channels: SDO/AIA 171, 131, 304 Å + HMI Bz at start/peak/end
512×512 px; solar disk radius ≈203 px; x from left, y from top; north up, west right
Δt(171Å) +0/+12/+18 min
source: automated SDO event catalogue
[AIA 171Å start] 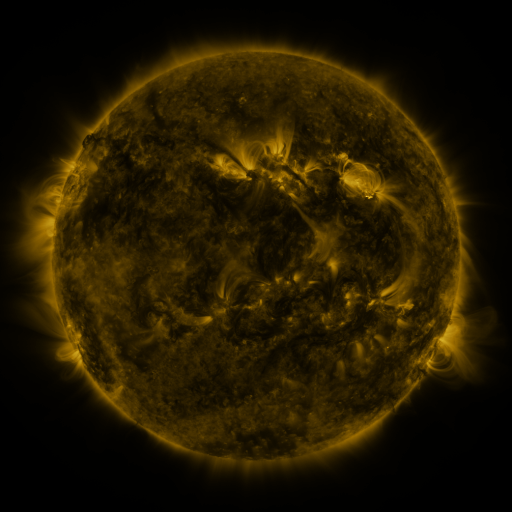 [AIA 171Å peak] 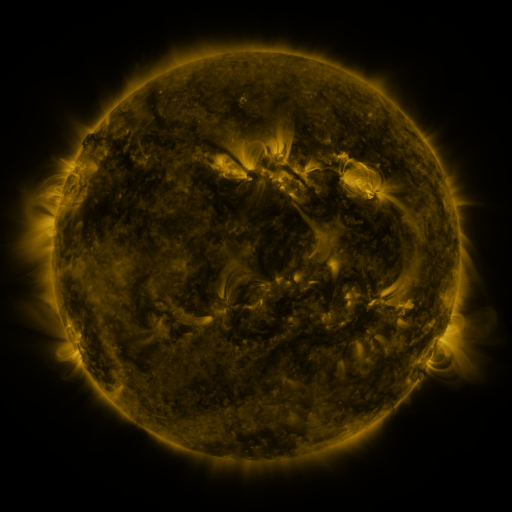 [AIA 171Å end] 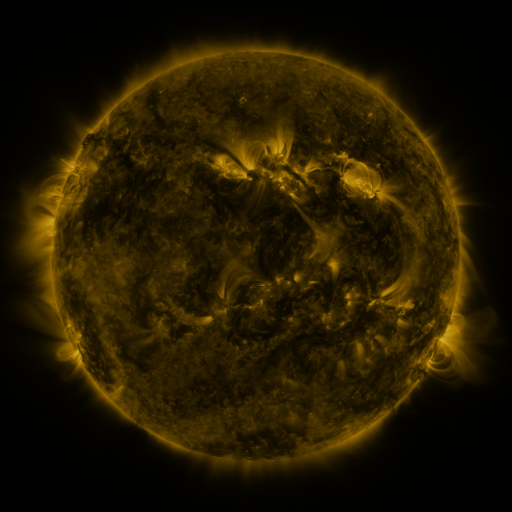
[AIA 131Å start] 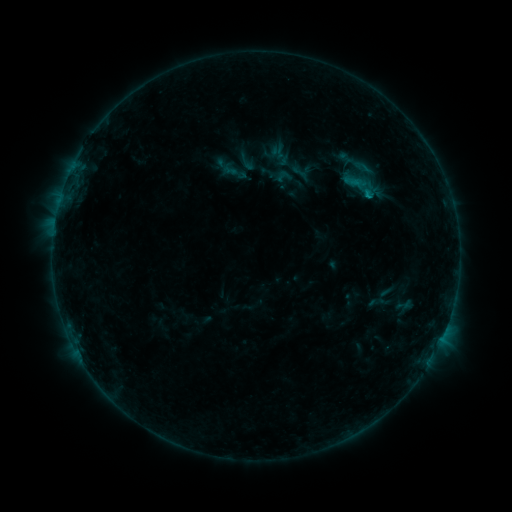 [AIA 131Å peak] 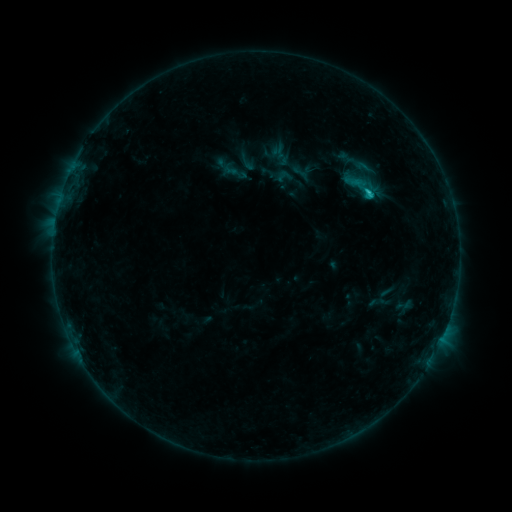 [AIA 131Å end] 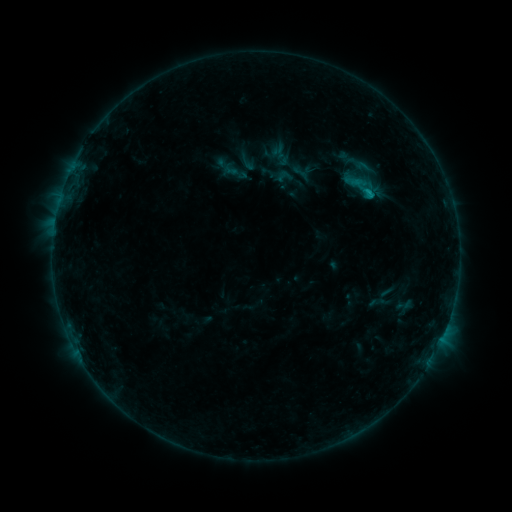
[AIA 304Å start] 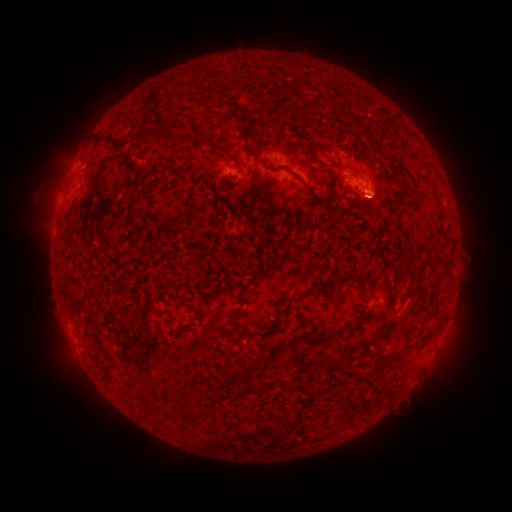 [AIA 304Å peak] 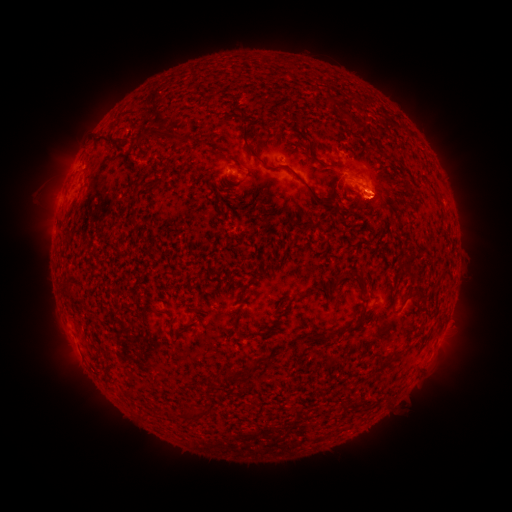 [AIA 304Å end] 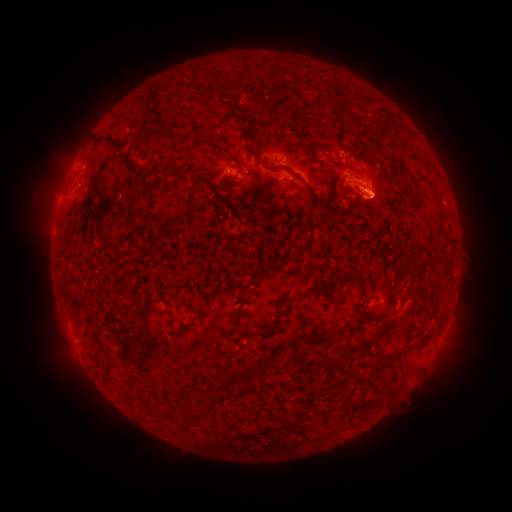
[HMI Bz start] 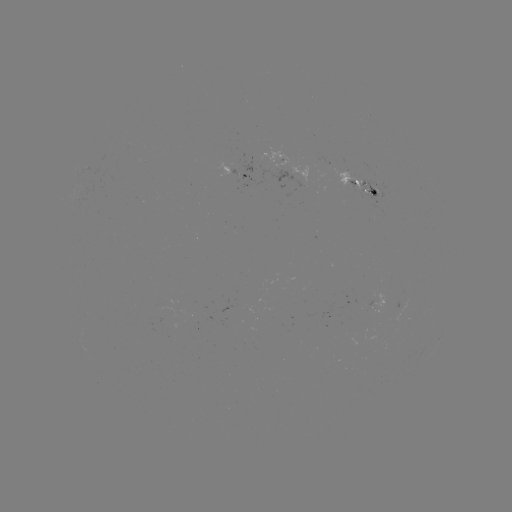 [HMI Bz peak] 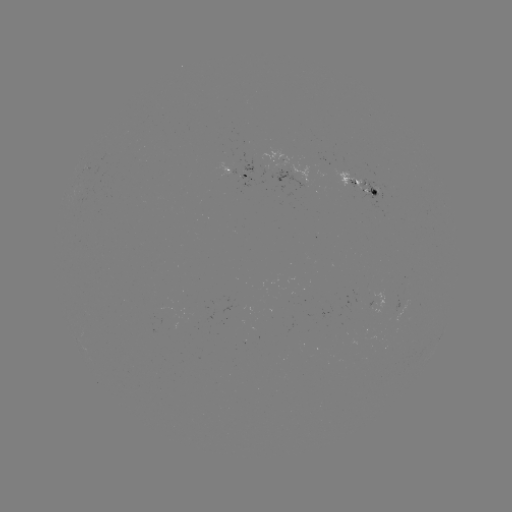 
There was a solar flare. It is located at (367, 195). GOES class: C1.1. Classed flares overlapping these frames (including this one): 1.